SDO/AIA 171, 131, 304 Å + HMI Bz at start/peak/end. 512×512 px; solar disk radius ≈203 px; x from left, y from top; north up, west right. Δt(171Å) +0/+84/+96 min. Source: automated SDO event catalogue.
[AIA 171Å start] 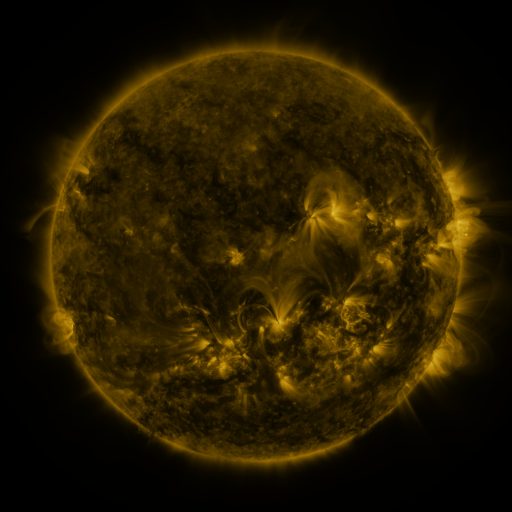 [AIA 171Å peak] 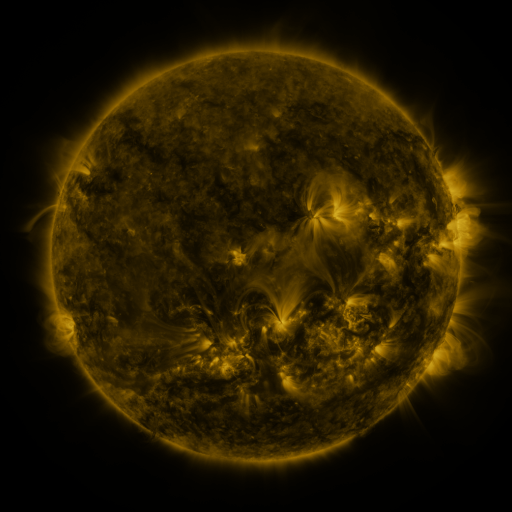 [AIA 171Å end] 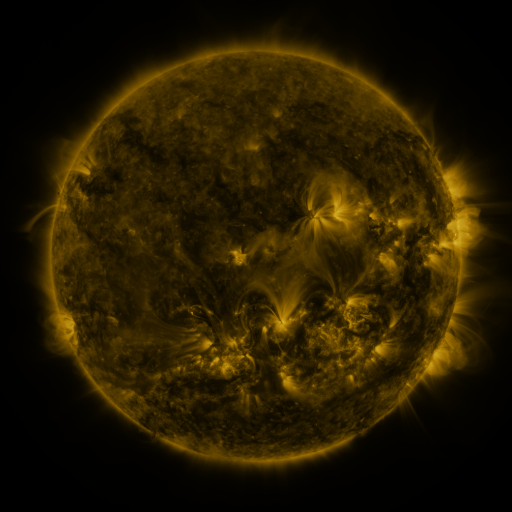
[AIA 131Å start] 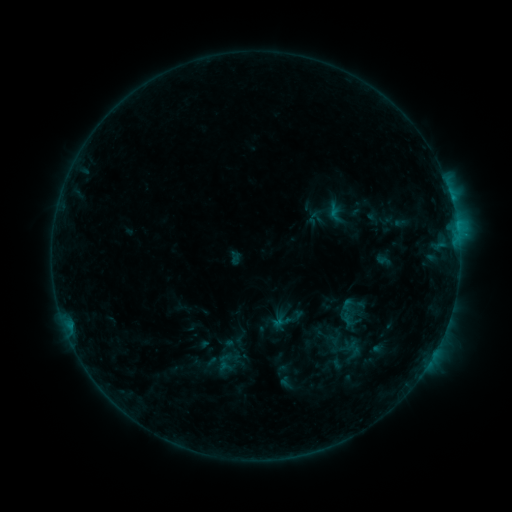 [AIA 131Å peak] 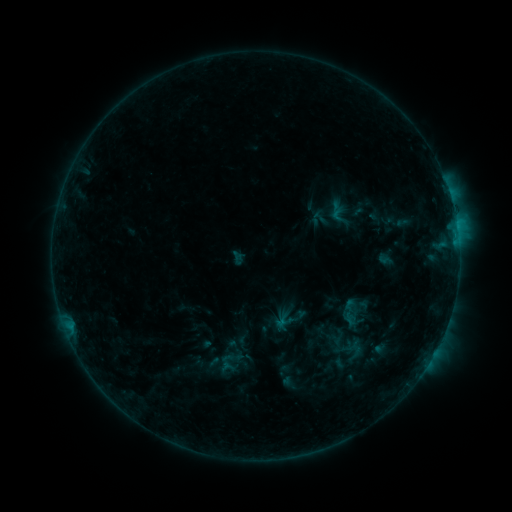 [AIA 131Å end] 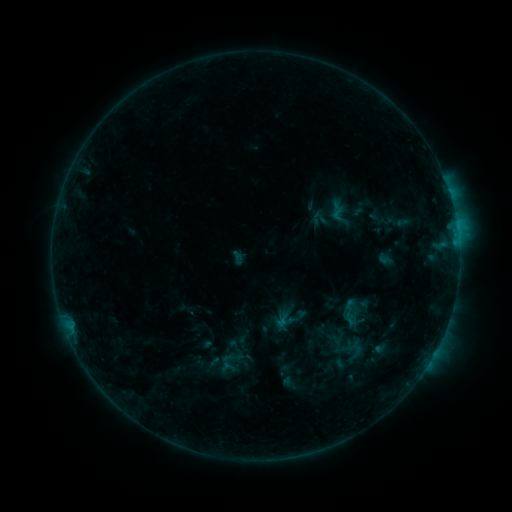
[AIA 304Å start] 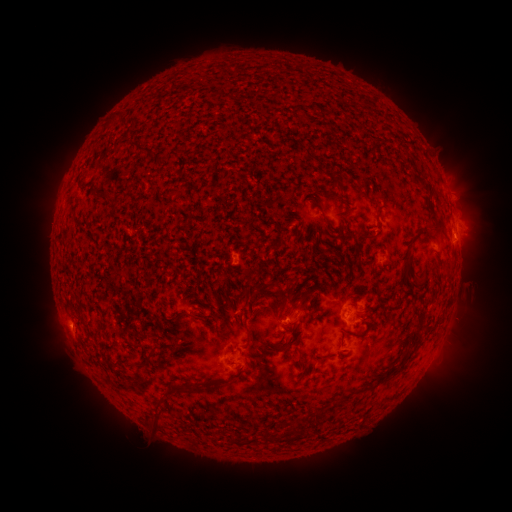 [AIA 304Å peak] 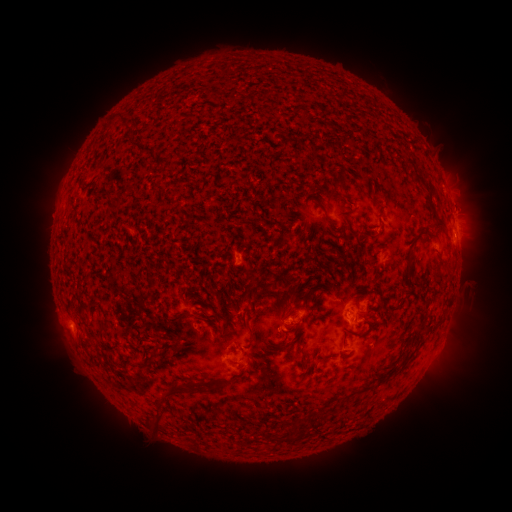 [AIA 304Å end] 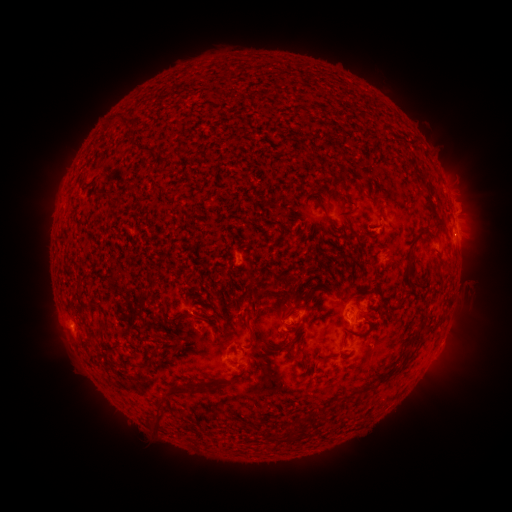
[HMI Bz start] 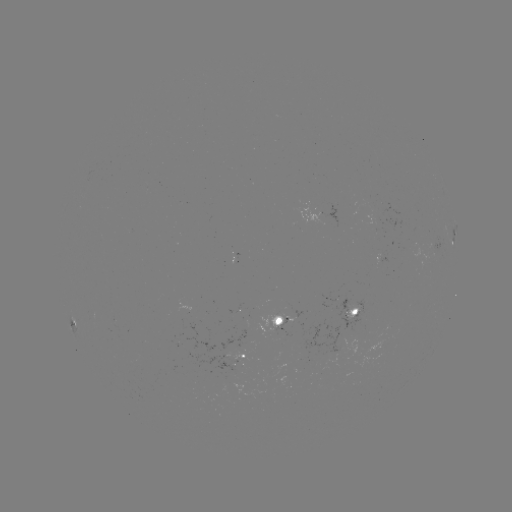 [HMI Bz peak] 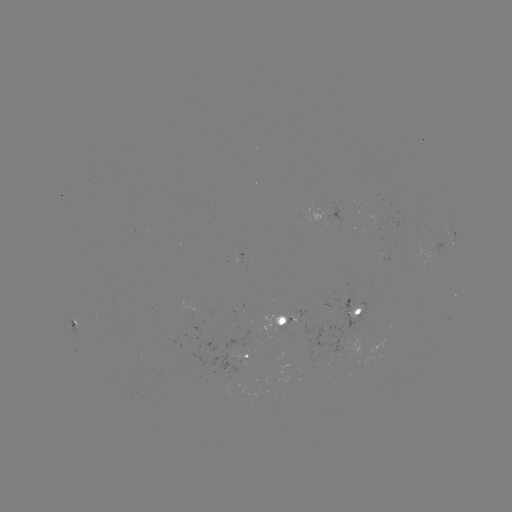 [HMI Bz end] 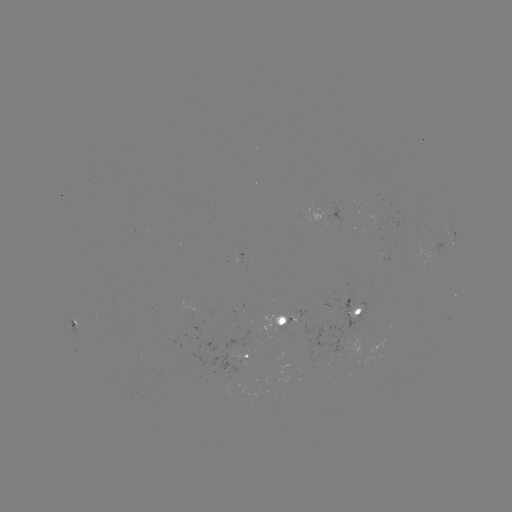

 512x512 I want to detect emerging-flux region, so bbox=[260, 316, 305, 336].